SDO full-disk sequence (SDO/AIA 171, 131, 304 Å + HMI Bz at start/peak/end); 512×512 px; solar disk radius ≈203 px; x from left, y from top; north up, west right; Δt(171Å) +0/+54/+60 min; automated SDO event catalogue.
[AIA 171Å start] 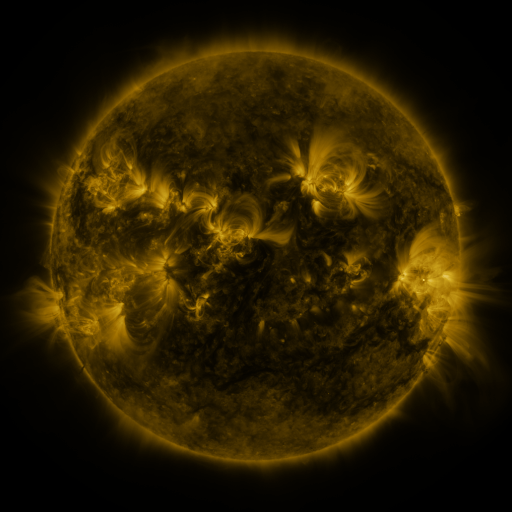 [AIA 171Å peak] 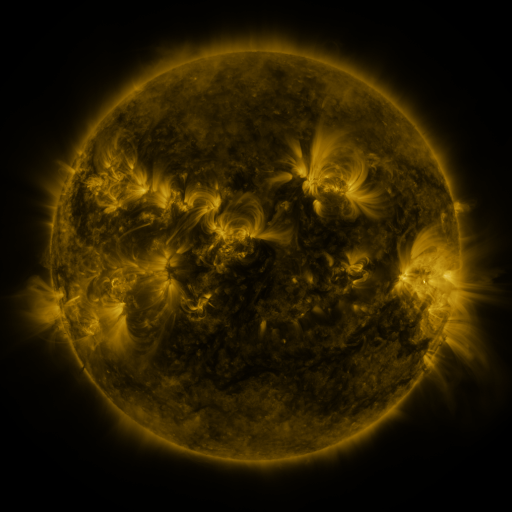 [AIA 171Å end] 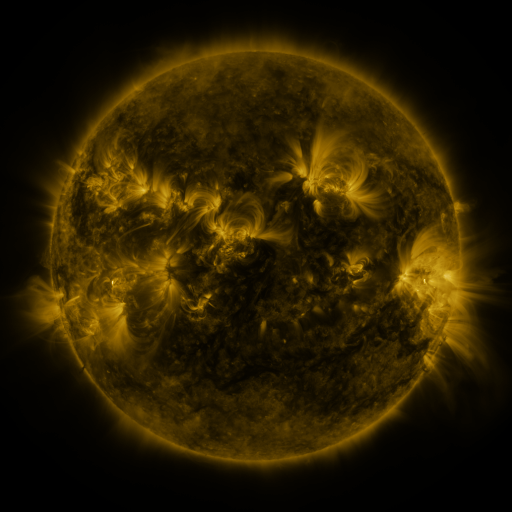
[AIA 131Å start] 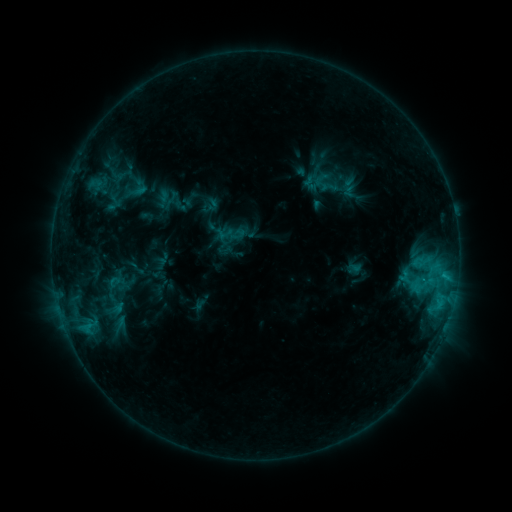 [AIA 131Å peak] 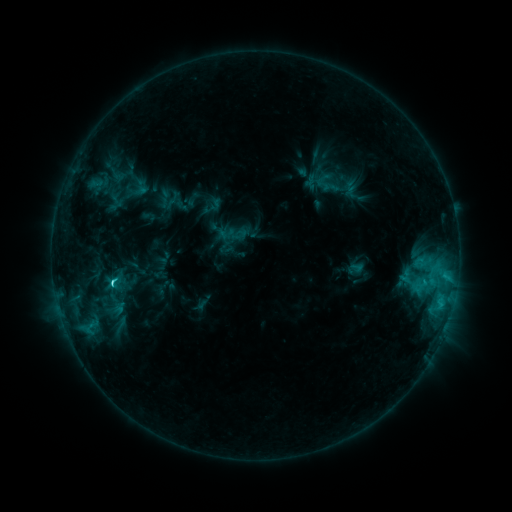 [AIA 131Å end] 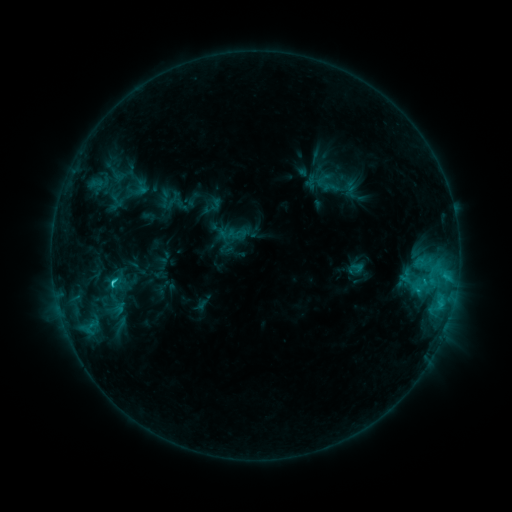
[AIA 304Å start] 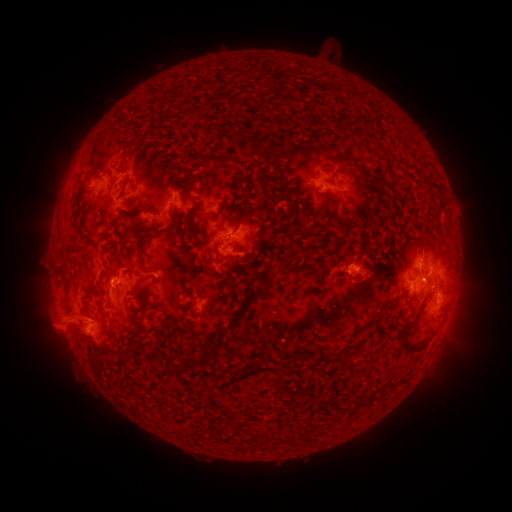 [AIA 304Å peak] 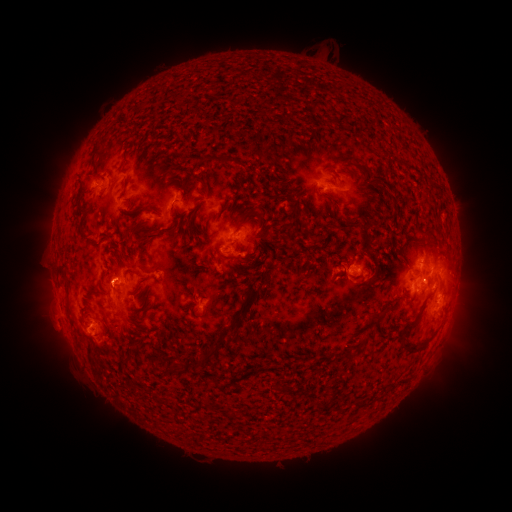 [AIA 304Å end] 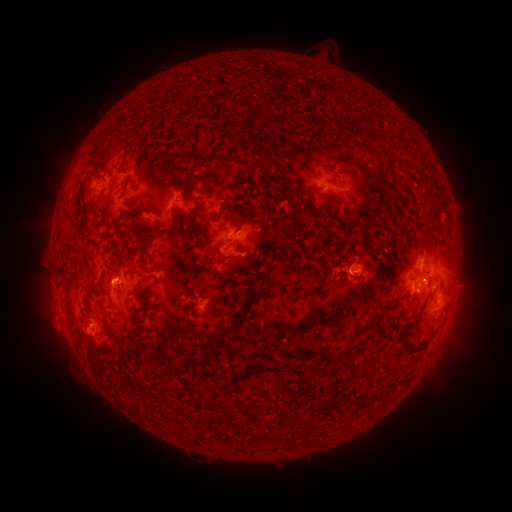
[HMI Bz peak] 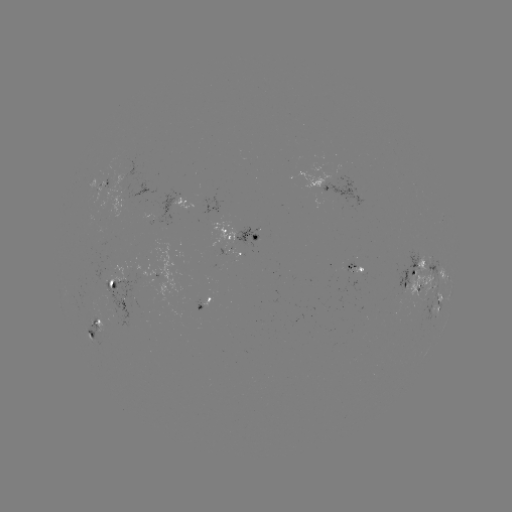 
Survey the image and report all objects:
C3.1 flare: (115, 280)
